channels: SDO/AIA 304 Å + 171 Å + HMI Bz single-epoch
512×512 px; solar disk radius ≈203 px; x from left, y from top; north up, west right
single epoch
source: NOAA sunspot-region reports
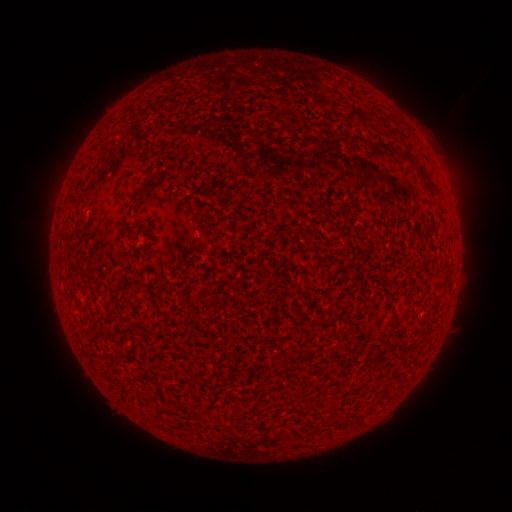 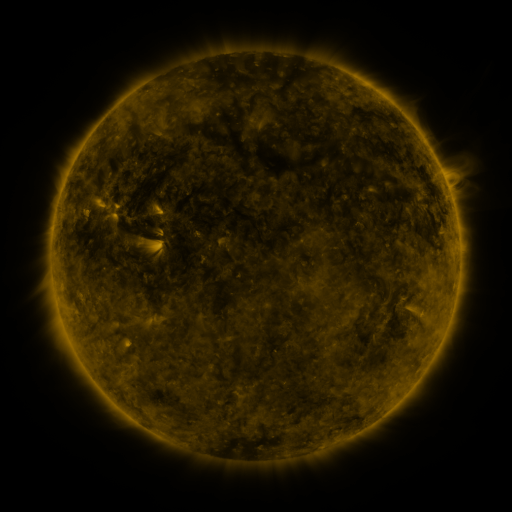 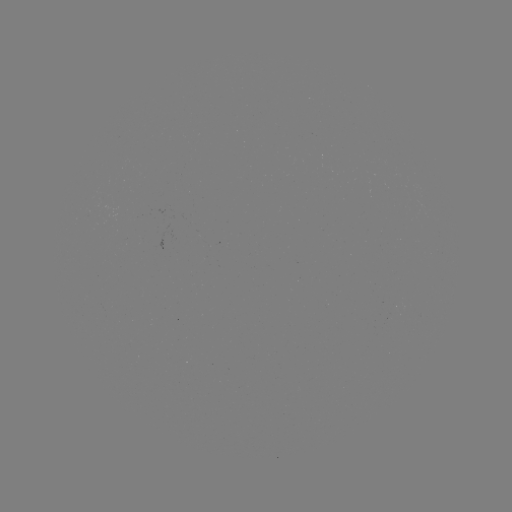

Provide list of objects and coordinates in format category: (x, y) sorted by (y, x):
(none)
